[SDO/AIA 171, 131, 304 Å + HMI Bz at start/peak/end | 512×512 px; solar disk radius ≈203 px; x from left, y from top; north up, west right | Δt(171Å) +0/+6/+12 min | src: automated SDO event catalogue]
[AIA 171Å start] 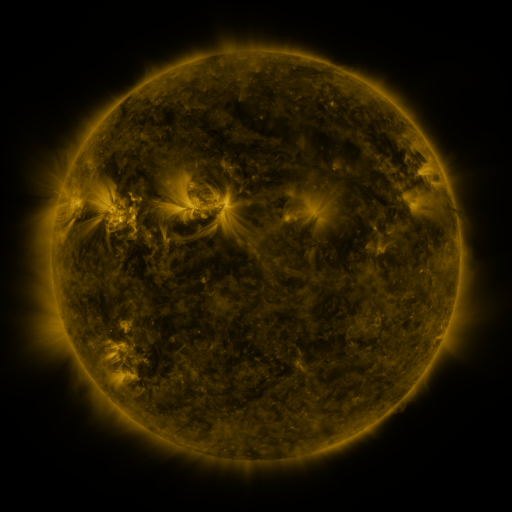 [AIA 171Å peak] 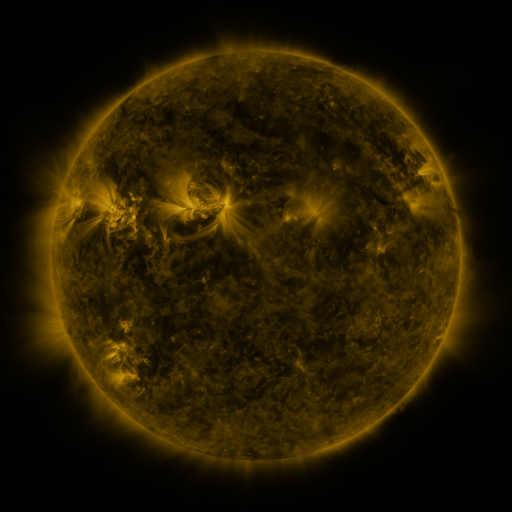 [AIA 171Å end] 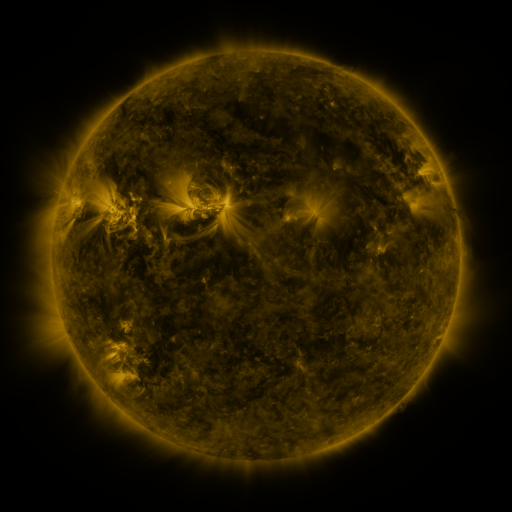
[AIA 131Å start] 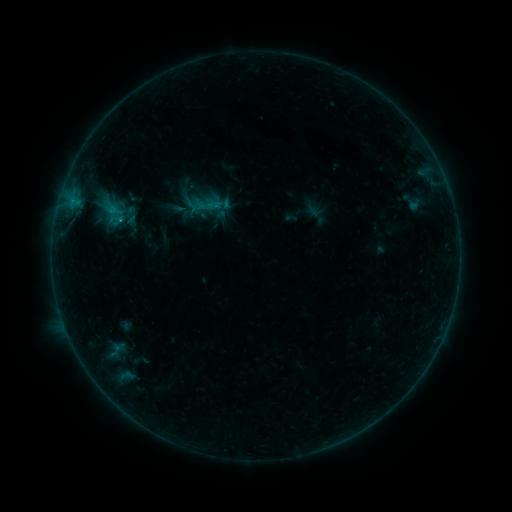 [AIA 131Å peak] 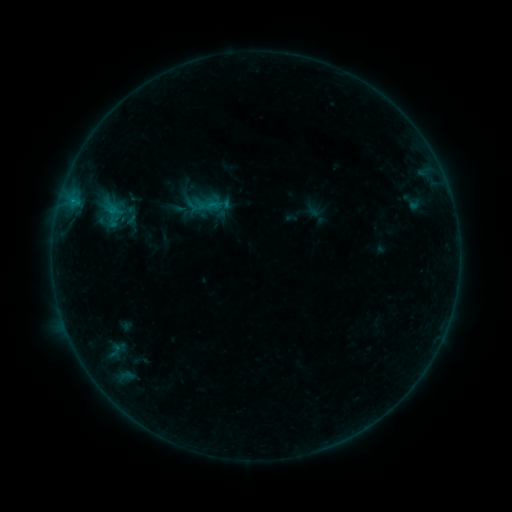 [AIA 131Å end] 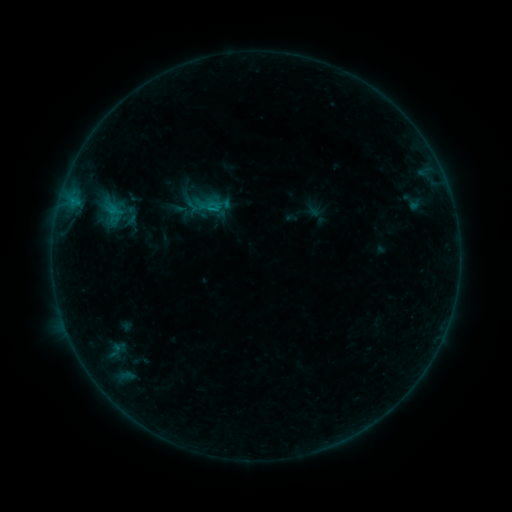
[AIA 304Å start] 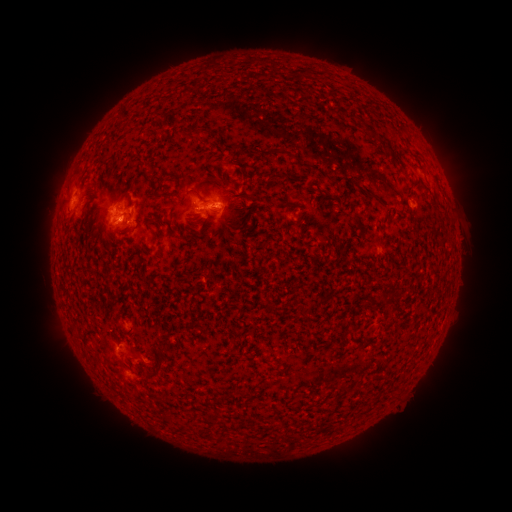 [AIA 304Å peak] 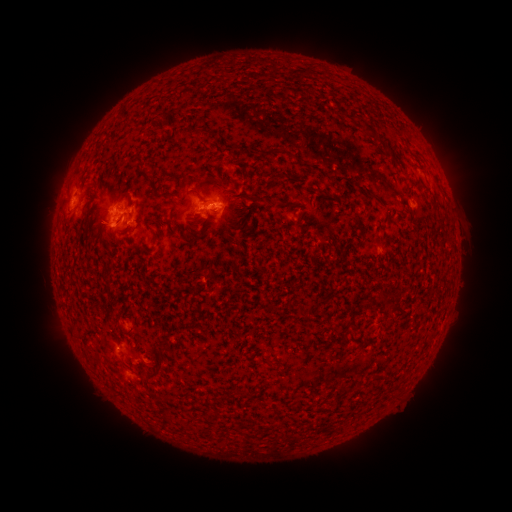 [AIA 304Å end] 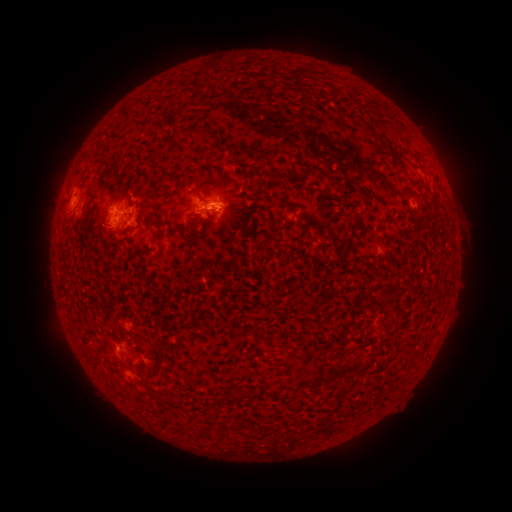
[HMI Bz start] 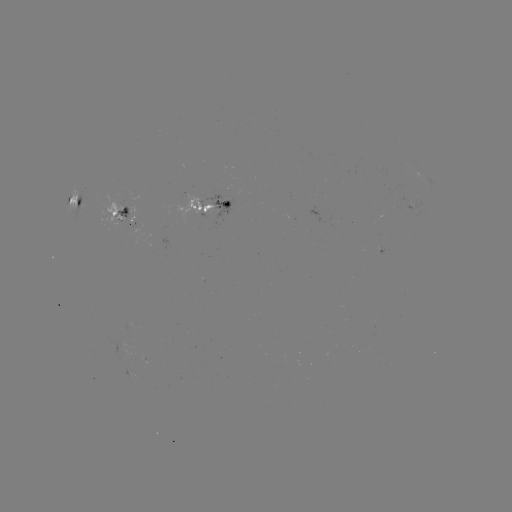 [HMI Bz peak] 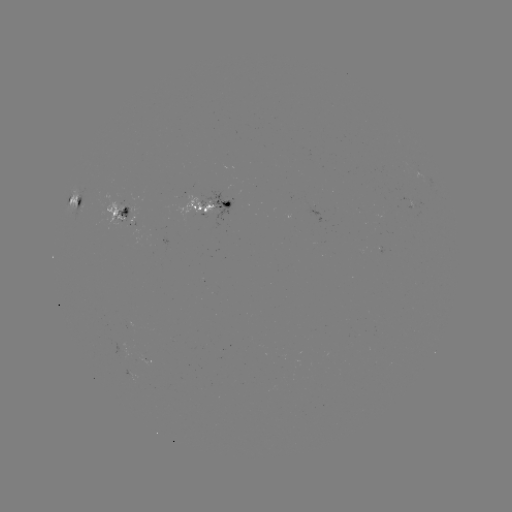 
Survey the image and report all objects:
eruption: (107, 232)
